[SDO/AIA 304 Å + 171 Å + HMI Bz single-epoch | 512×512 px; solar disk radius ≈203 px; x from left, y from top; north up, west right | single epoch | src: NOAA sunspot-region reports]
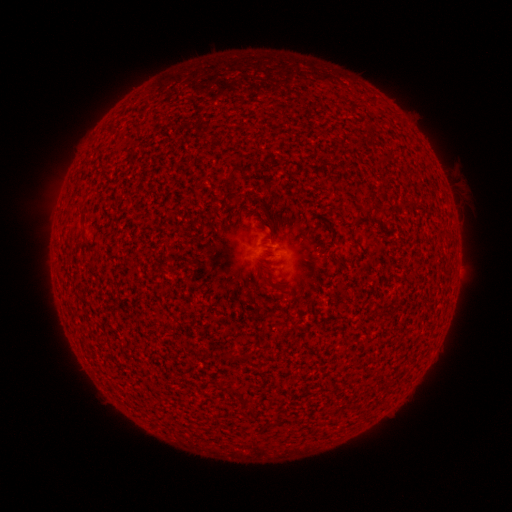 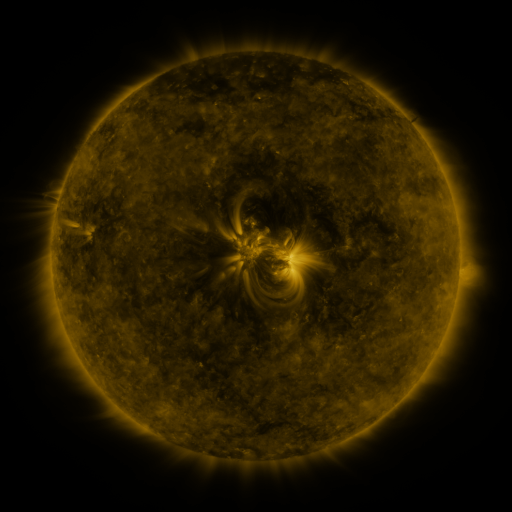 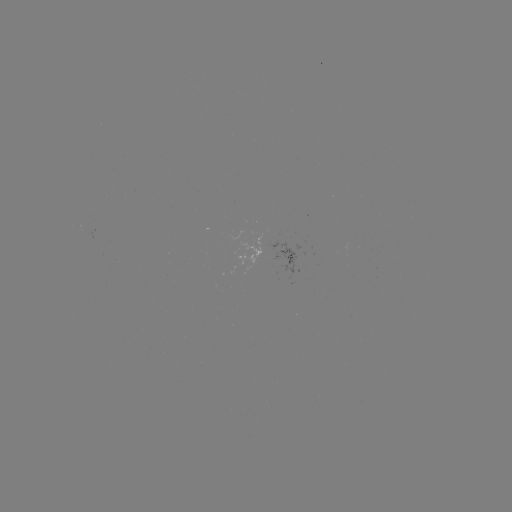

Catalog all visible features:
(none)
